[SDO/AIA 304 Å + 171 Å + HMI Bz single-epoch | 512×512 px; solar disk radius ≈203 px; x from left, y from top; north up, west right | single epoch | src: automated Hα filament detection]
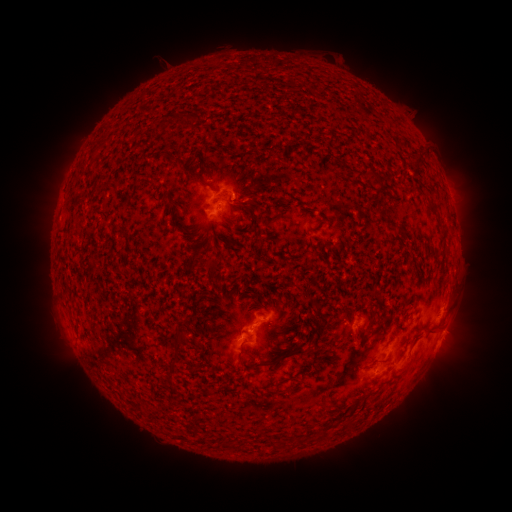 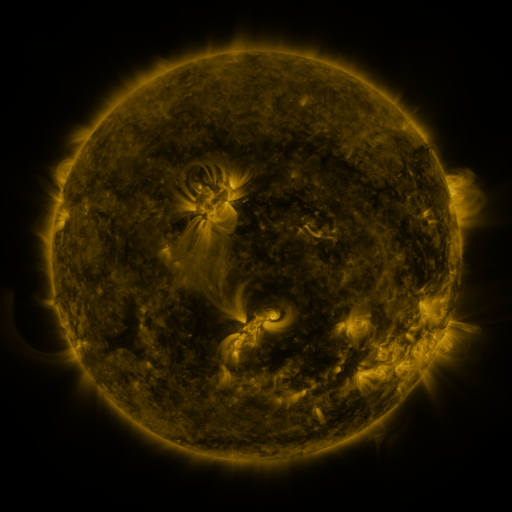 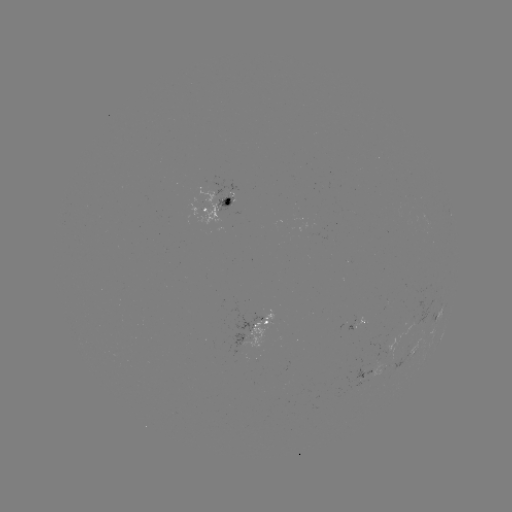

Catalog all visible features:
filament: (173, 114, 185, 128)
filament: (154, 123, 163, 134)
filament: (176, 161, 204, 184)
filament: (361, 167, 381, 180)
filament: (234, 196, 259, 209)
filament: (167, 200, 179, 230)
filament: (198, 256, 218, 270)
filament: (312, 298, 322, 310)
filament: (304, 319, 327, 343)
filament: (425, 324, 438, 332)
filament: (202, 325, 209, 336)
filament: (171, 328, 188, 349)
filament: (258, 346, 311, 367)
filament: (347, 418, 359, 426)
filament: (271, 438, 282, 450)
filament: (228, 441, 240, 451)
